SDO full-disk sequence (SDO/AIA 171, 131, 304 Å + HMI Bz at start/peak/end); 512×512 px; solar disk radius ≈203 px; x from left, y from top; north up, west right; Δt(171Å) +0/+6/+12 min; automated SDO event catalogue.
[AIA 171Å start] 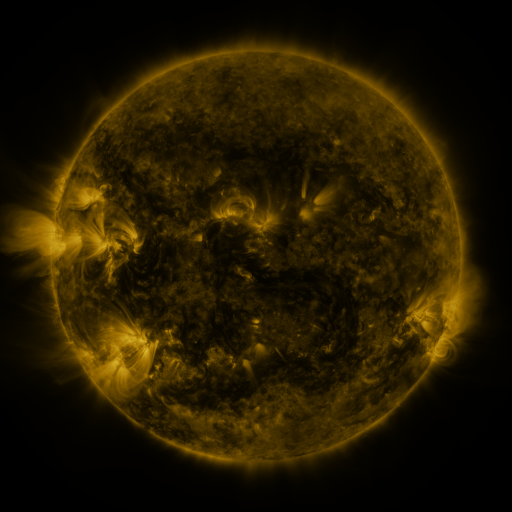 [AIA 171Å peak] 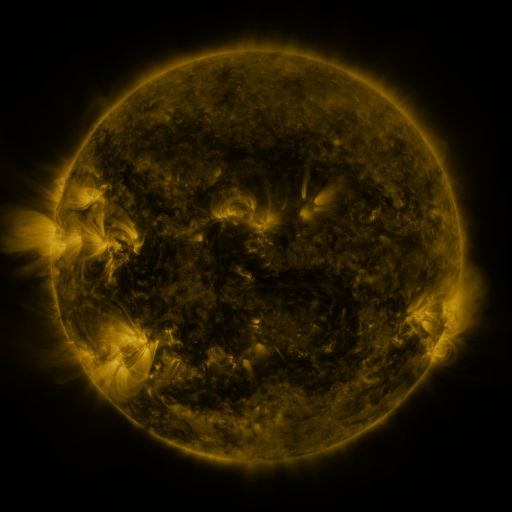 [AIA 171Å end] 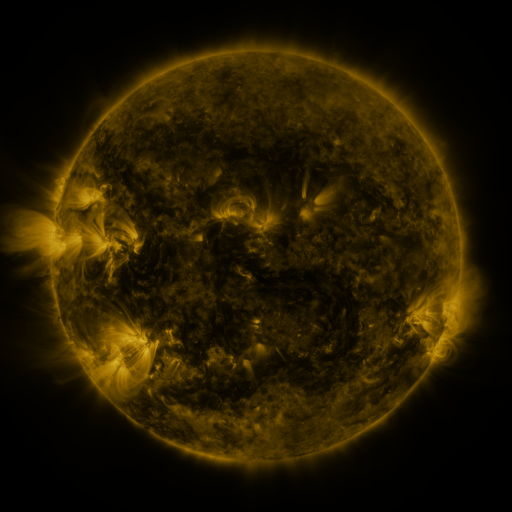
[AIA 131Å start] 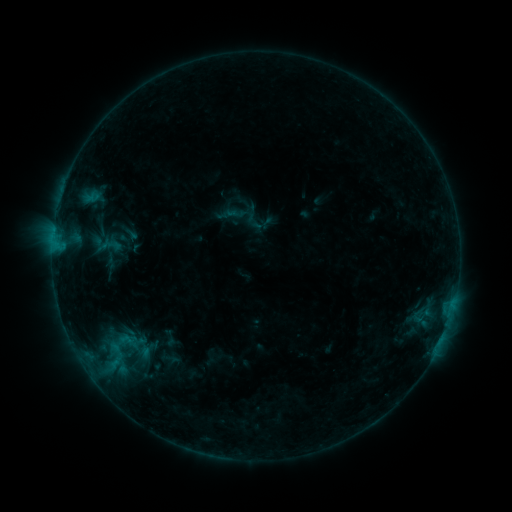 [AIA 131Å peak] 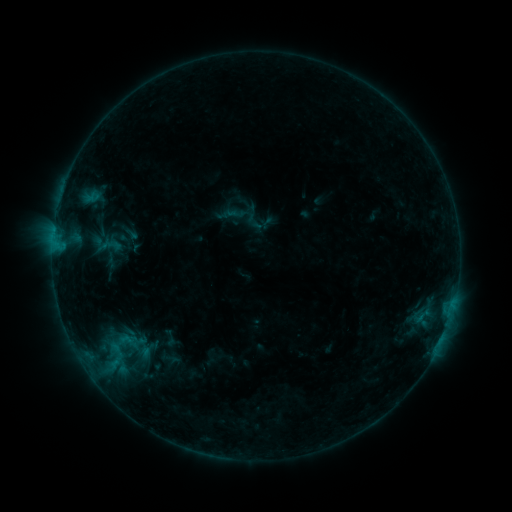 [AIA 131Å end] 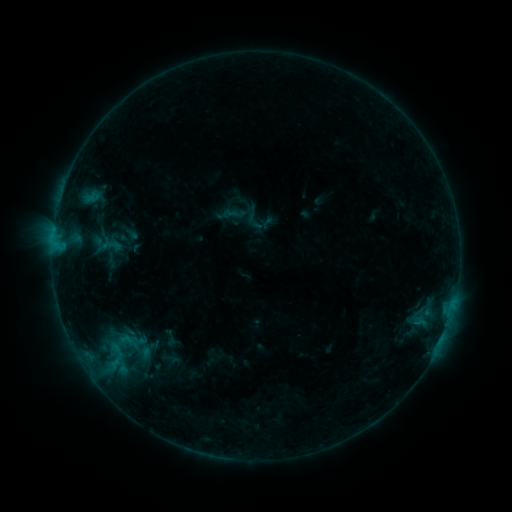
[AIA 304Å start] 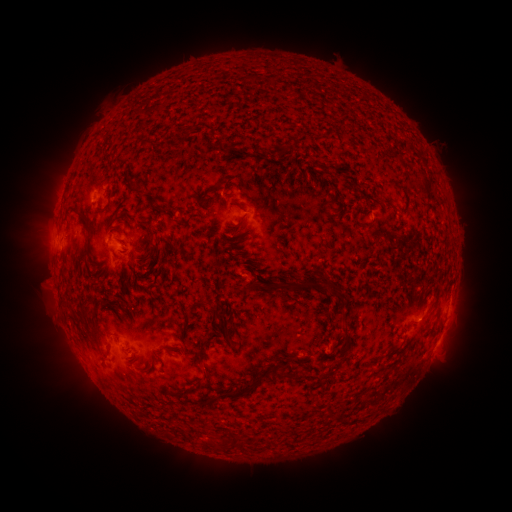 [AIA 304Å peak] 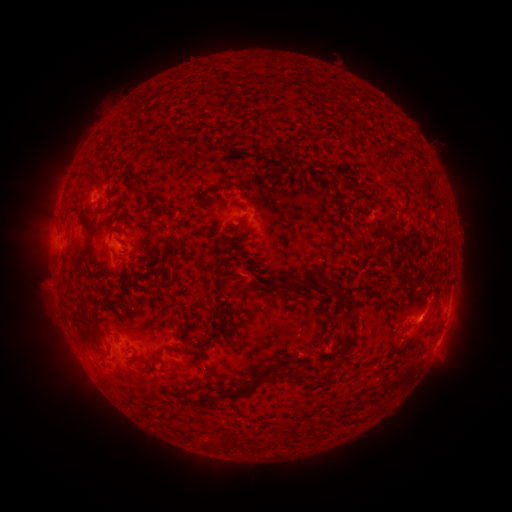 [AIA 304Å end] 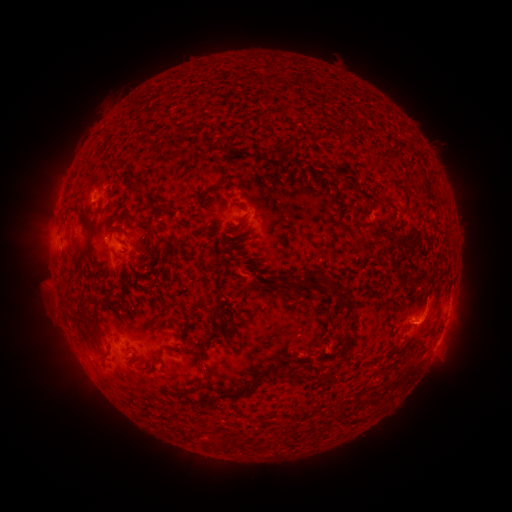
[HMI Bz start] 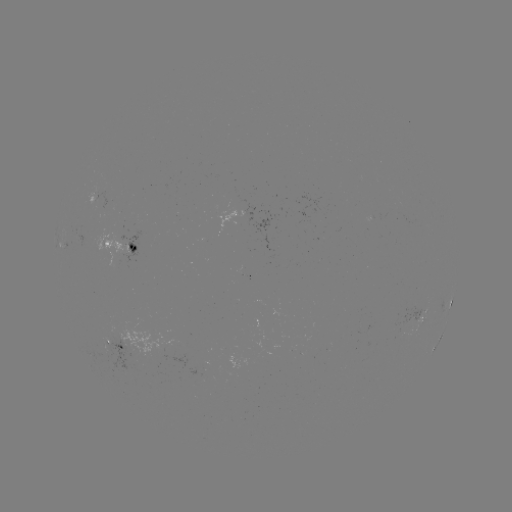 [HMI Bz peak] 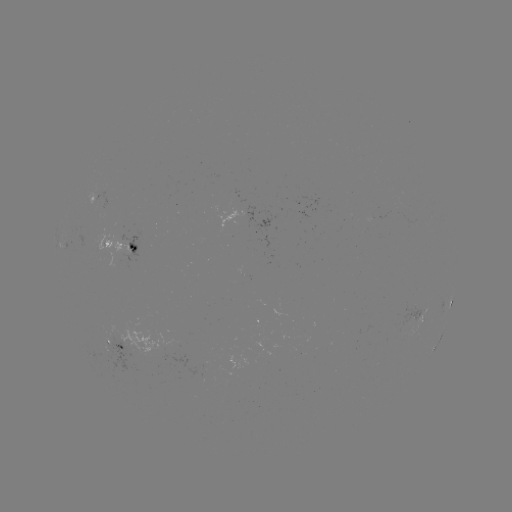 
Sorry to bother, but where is eruption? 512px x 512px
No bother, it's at (425, 317).